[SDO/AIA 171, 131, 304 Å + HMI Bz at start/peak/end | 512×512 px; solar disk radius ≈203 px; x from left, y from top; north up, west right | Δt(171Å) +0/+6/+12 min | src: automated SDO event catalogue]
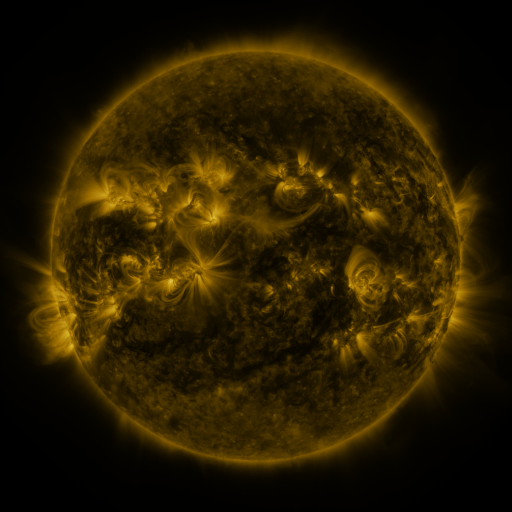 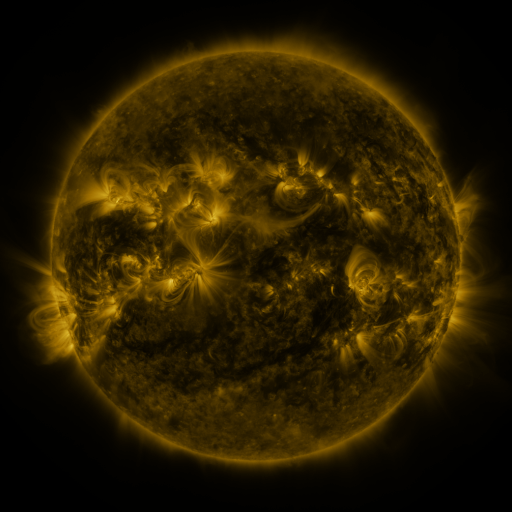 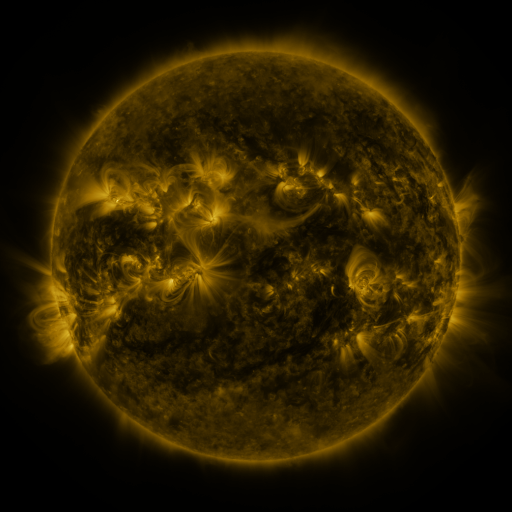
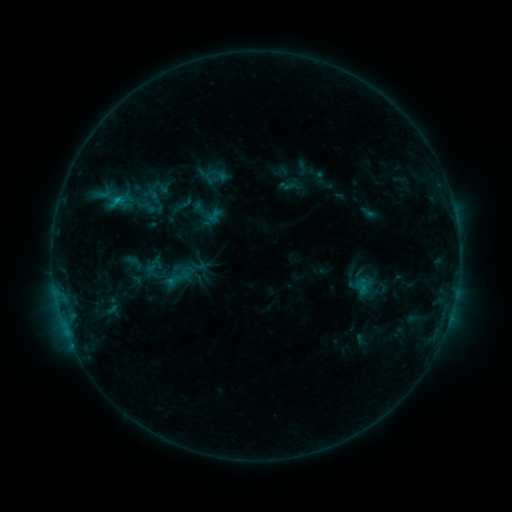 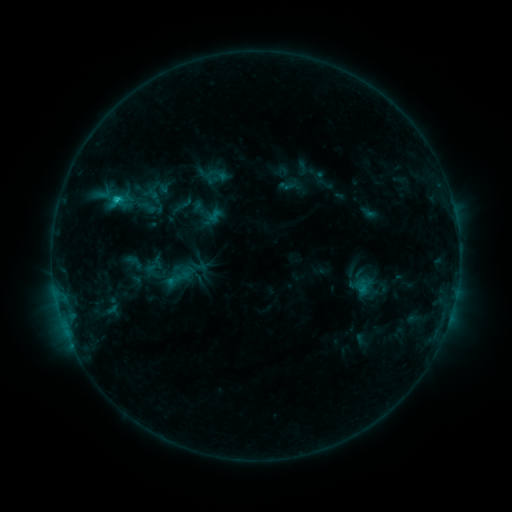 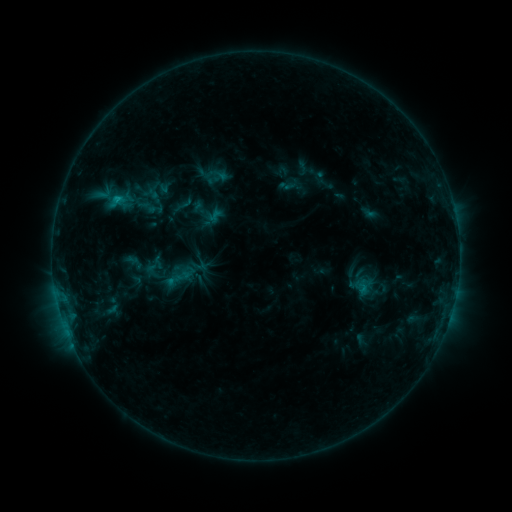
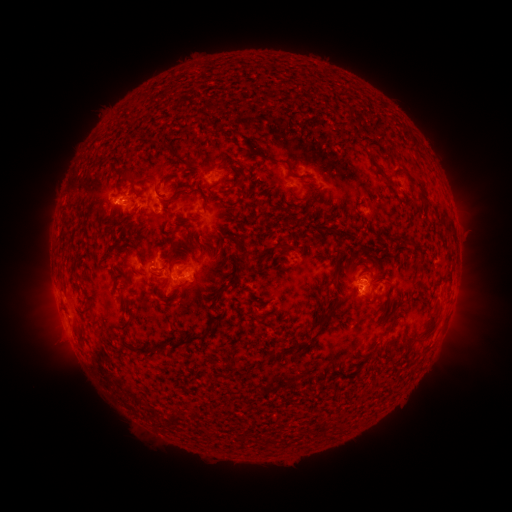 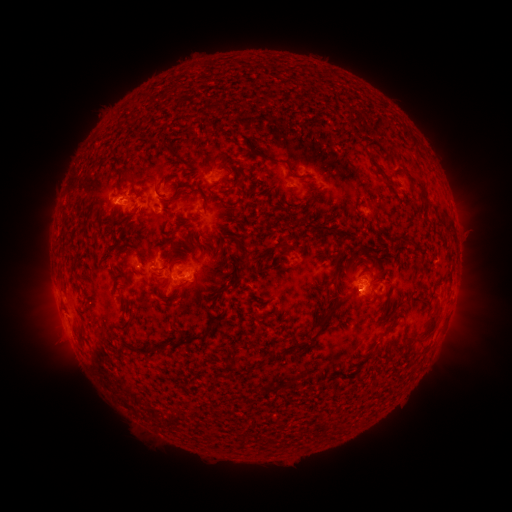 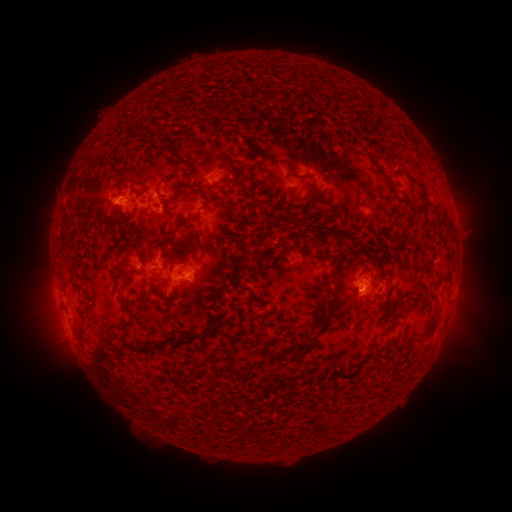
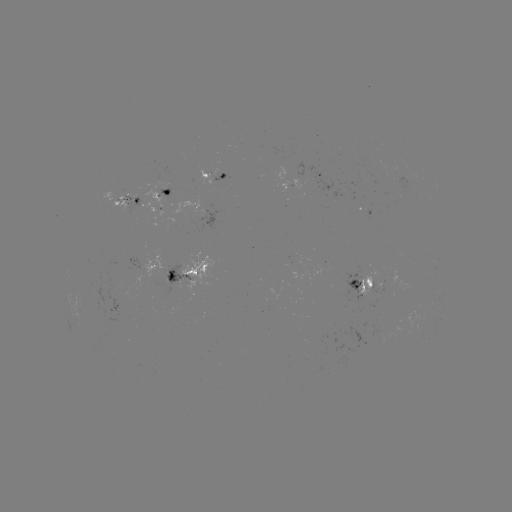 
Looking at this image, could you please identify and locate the C1.2 flare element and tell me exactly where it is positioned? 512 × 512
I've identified C1.2 flare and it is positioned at [119, 201].